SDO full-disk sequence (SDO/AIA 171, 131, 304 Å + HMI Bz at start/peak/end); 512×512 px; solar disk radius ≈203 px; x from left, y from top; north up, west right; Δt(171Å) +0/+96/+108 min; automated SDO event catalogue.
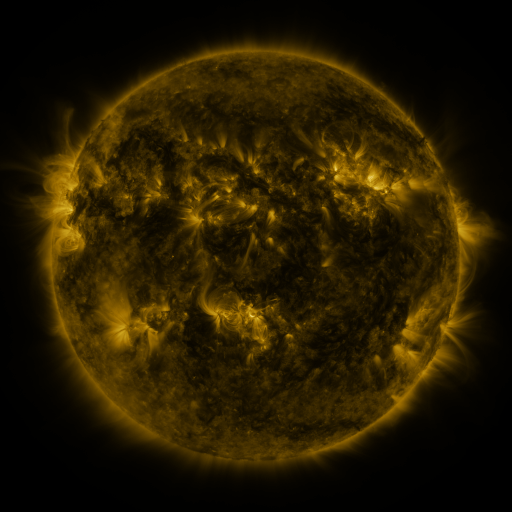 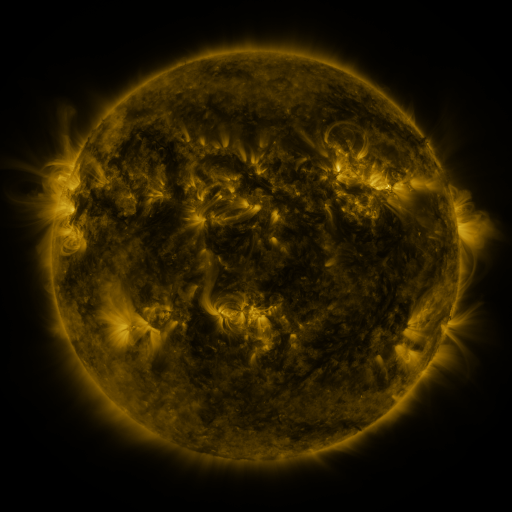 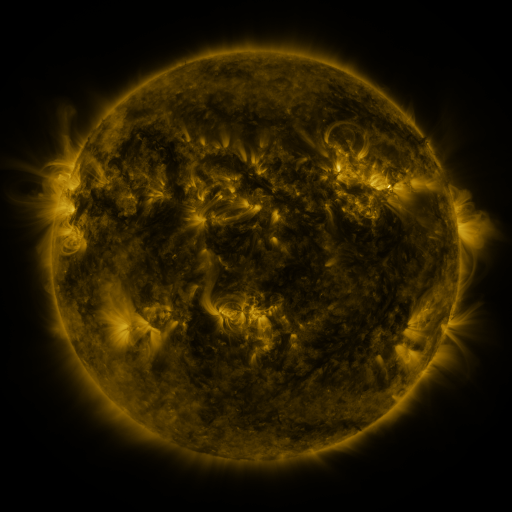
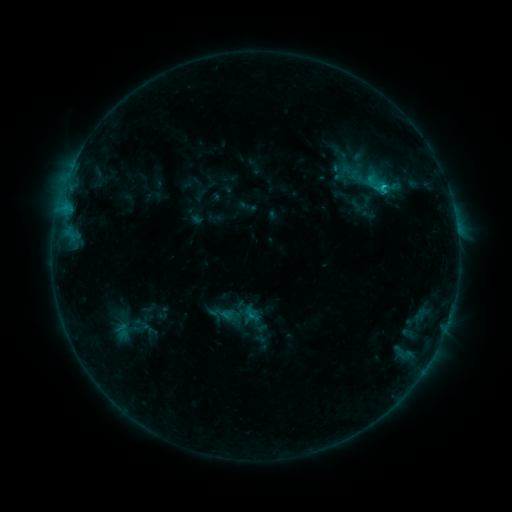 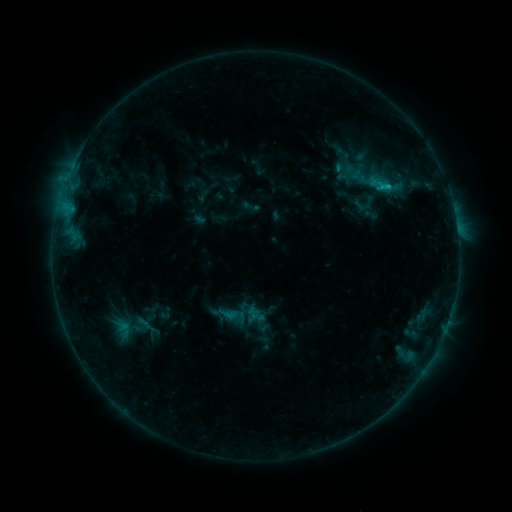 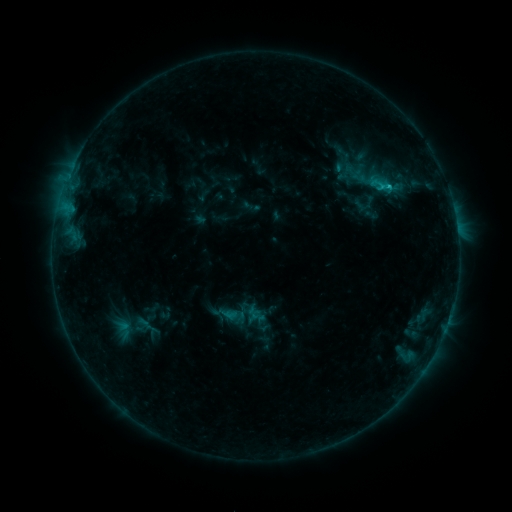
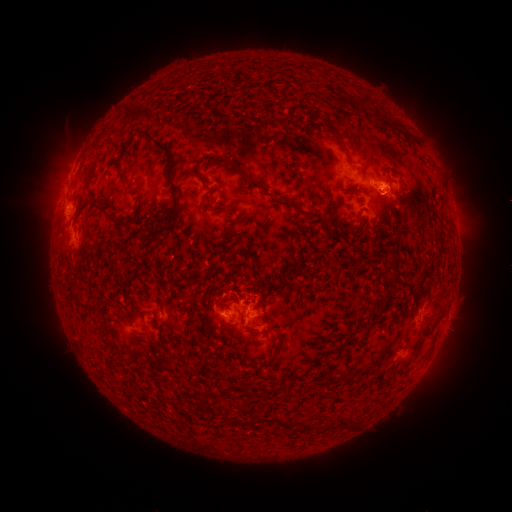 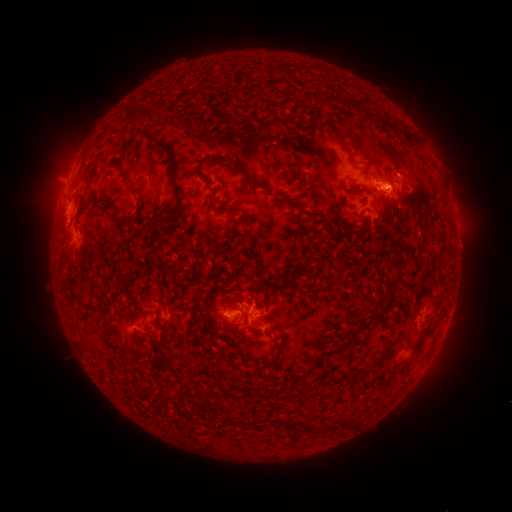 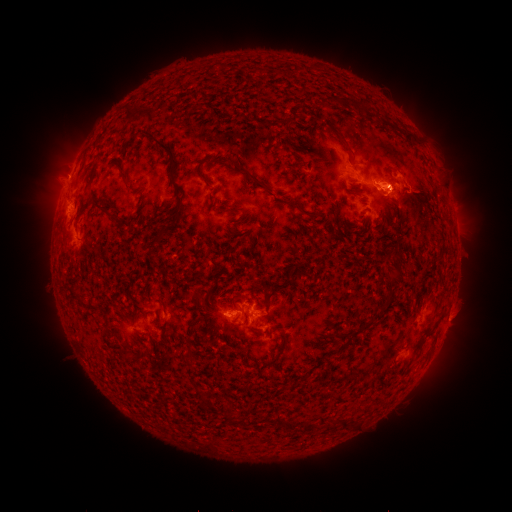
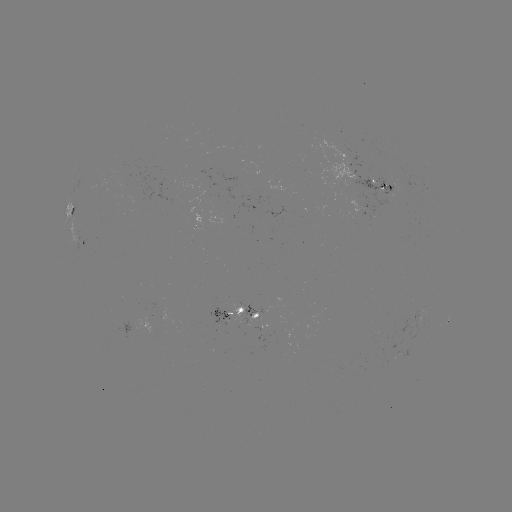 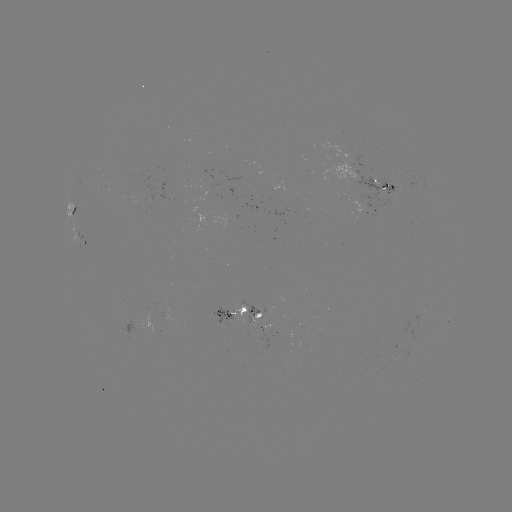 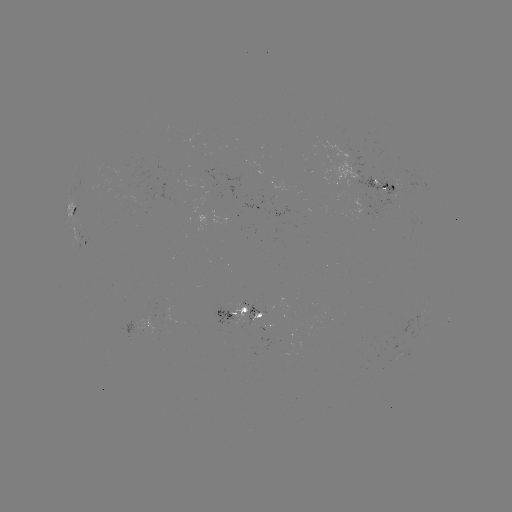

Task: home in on emerging-flux region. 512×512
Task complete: (387, 185).